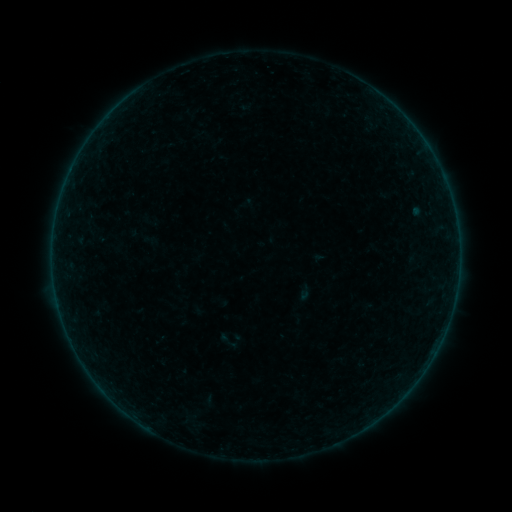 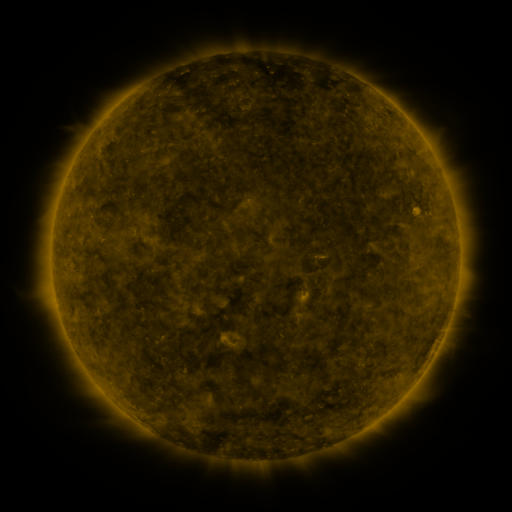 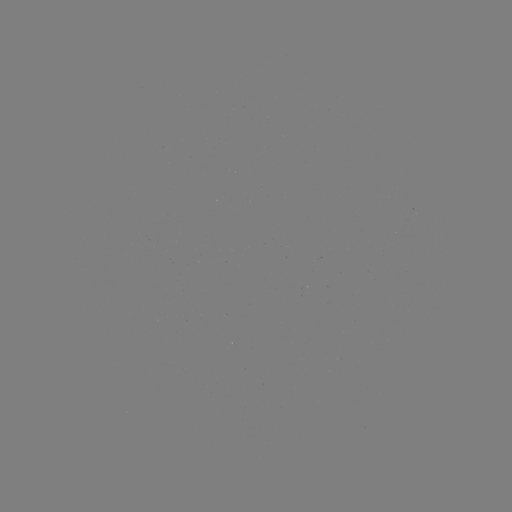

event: sigmoid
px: (229, 343)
